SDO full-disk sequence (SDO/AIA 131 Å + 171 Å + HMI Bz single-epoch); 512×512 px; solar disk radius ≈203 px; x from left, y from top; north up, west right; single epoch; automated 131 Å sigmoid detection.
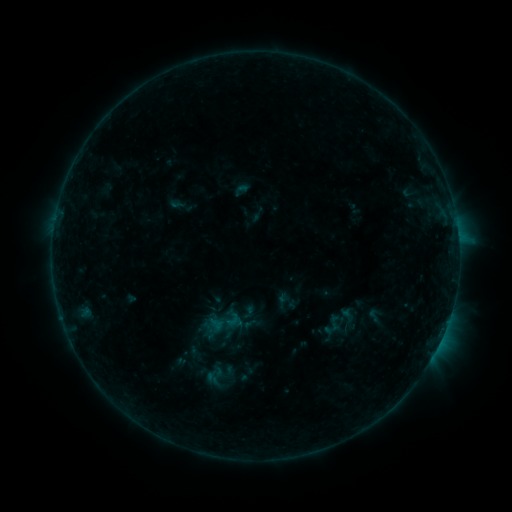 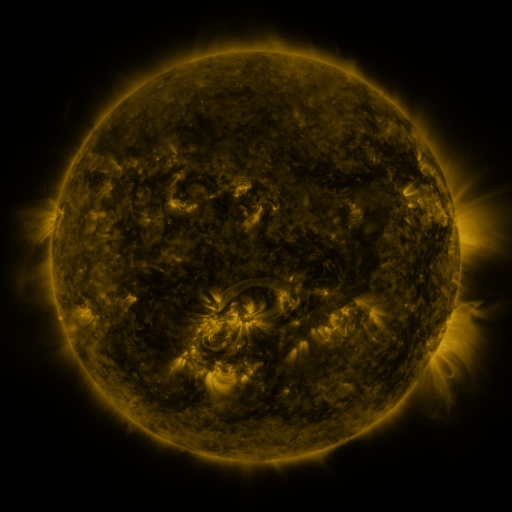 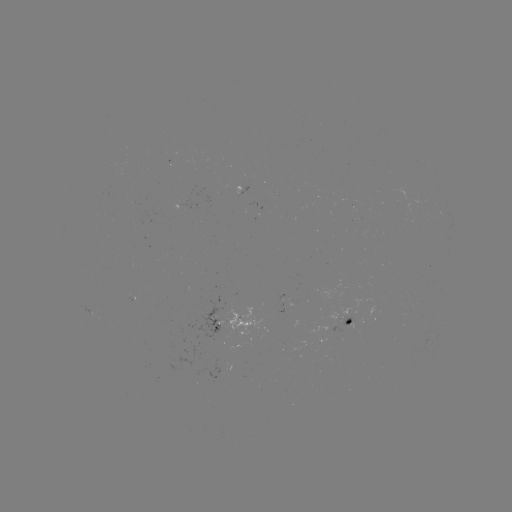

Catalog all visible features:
sigmoid: (365, 306, 383, 324)
